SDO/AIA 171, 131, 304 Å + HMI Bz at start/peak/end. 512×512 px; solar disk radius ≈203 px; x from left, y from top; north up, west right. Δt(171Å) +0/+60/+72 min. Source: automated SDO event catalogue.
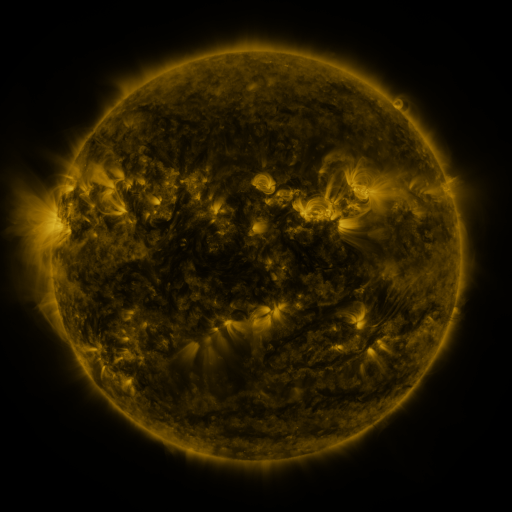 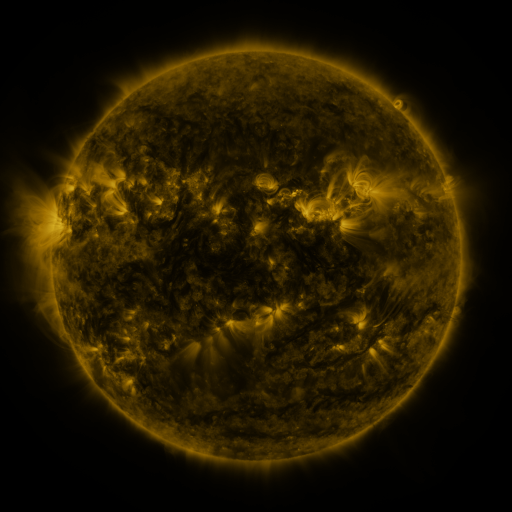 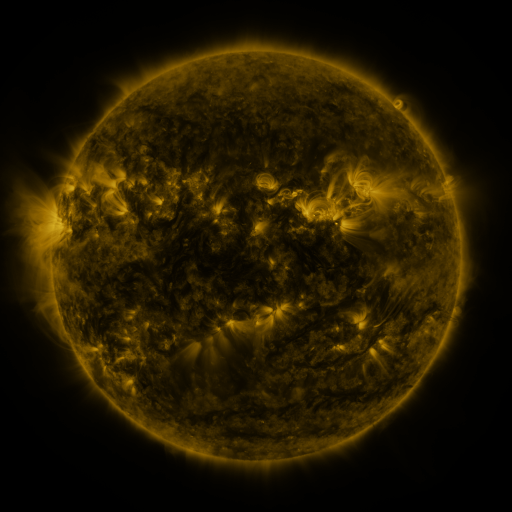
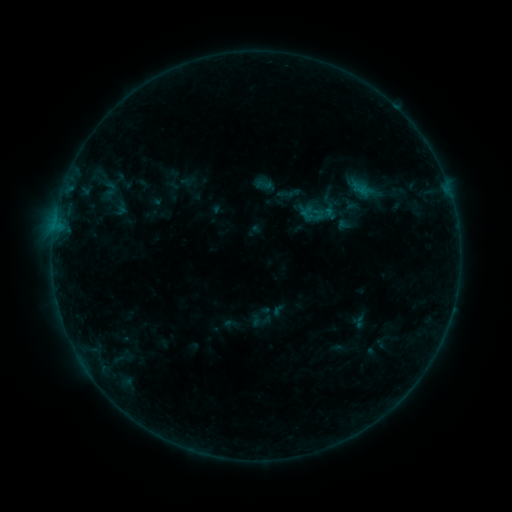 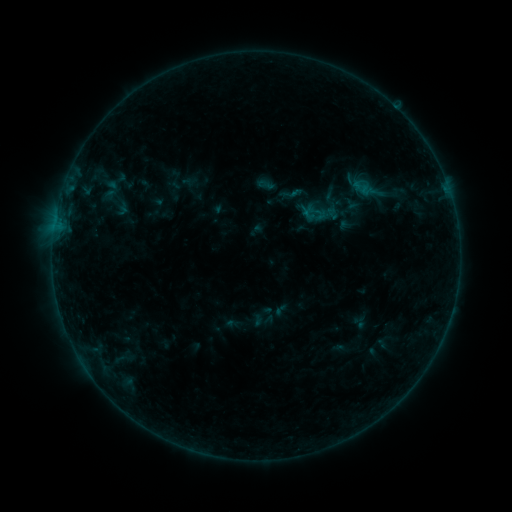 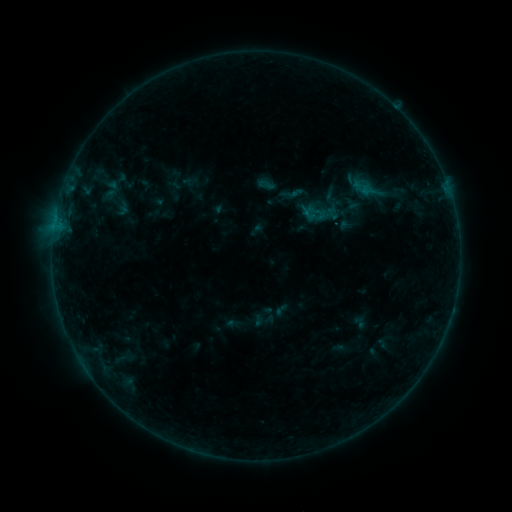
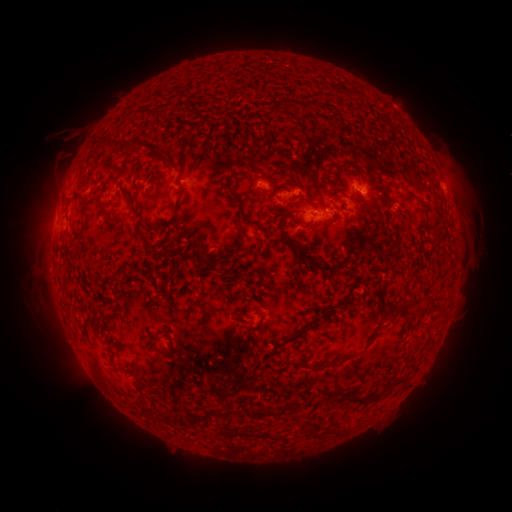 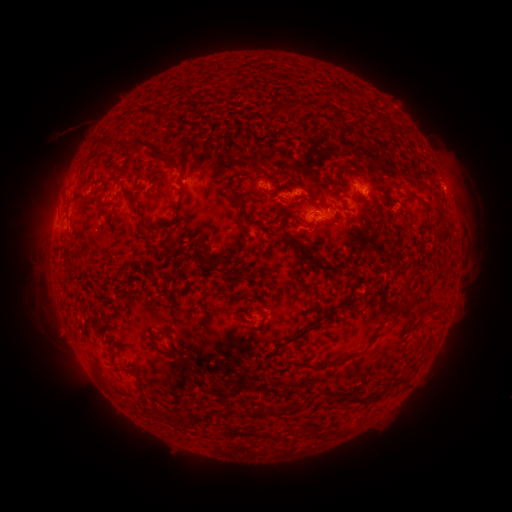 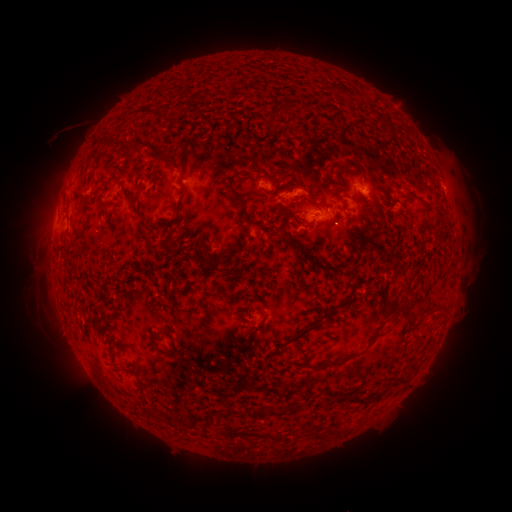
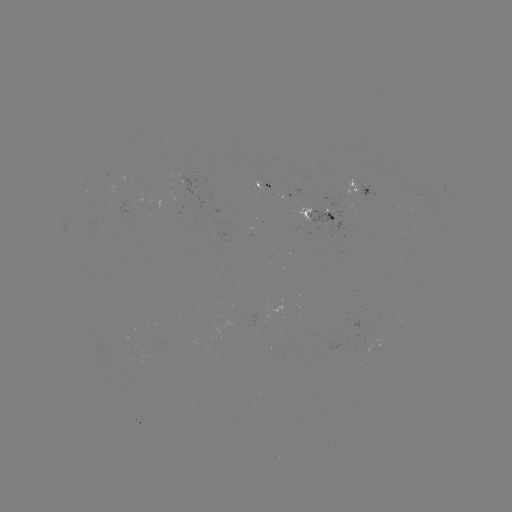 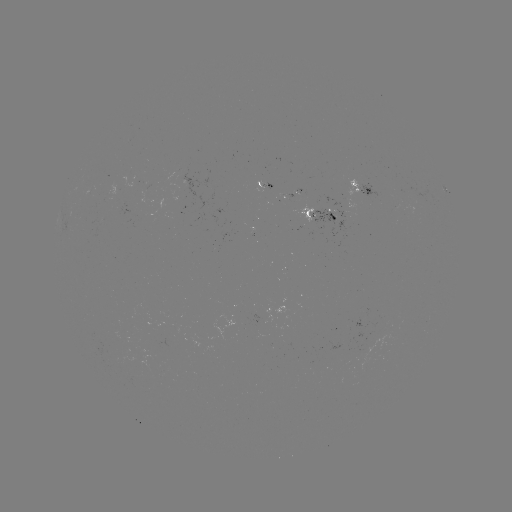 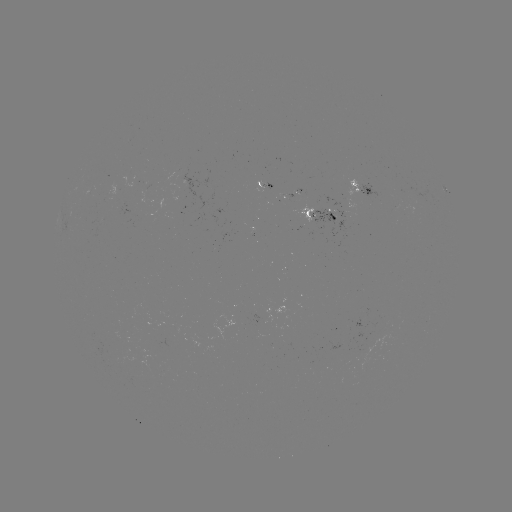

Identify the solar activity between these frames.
emerging-flux region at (296, 192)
